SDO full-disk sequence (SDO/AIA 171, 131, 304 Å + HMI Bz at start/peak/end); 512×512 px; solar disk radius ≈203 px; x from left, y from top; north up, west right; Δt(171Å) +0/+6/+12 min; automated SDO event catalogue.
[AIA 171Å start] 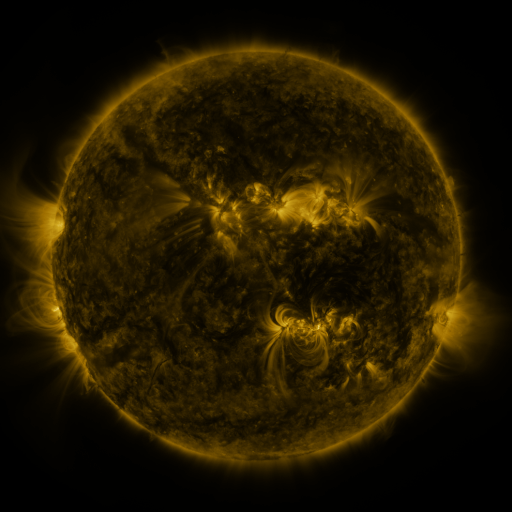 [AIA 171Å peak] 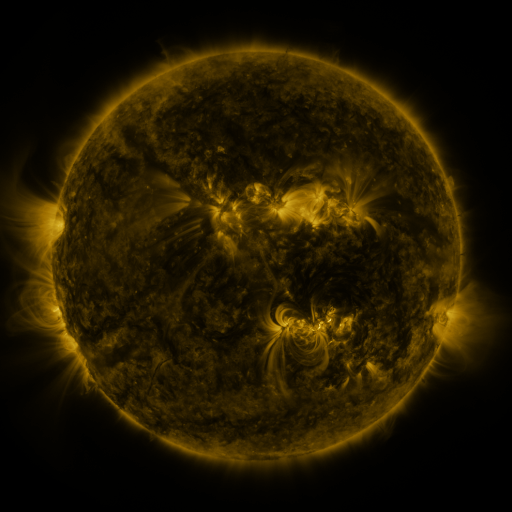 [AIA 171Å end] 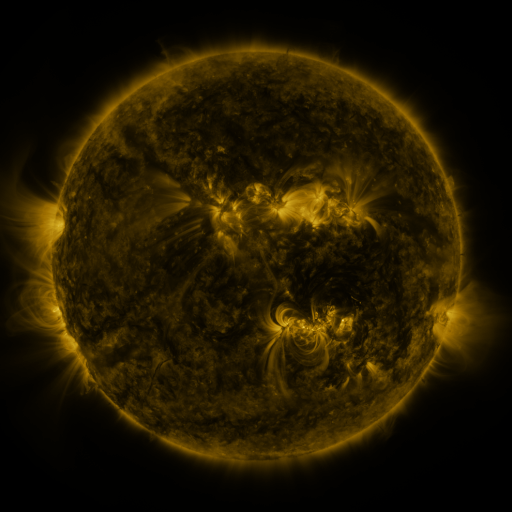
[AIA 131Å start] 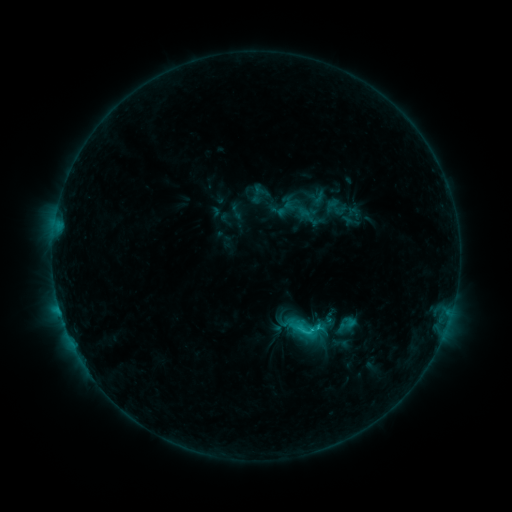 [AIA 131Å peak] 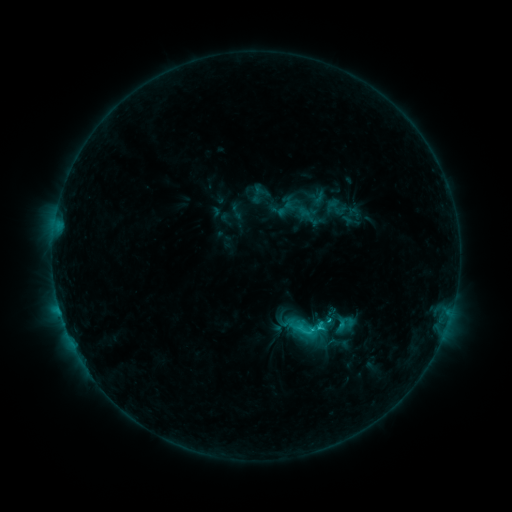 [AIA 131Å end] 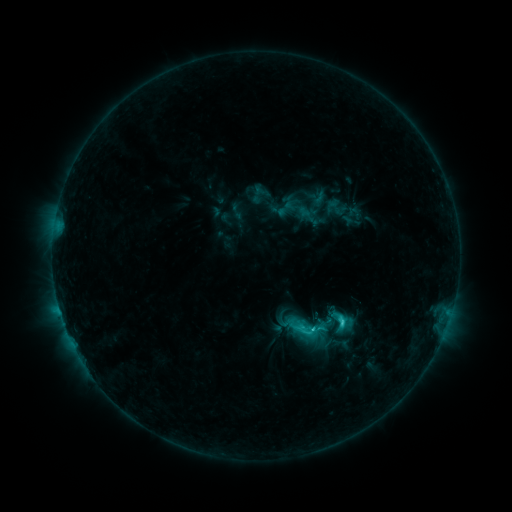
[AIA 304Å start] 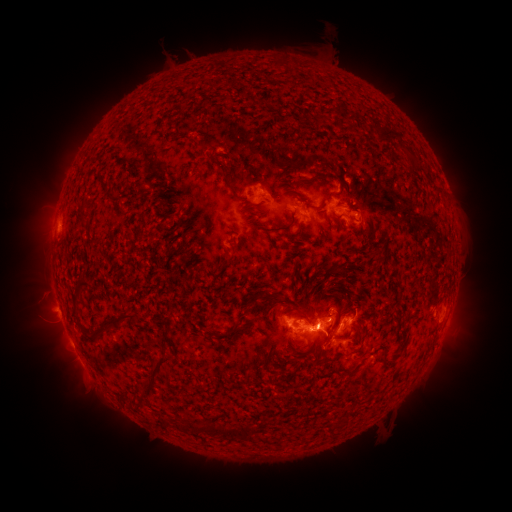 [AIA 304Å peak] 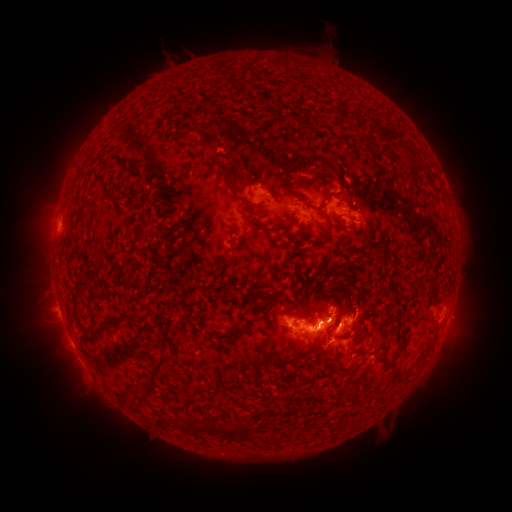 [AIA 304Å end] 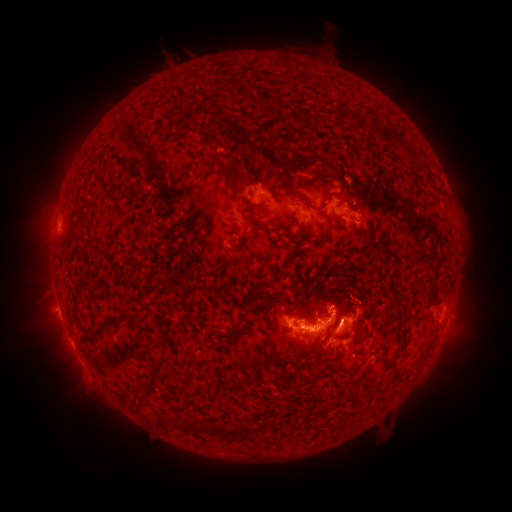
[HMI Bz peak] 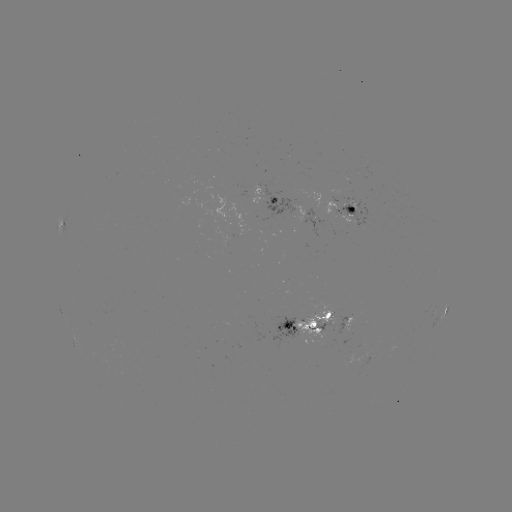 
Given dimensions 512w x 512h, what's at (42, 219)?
eruption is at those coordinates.